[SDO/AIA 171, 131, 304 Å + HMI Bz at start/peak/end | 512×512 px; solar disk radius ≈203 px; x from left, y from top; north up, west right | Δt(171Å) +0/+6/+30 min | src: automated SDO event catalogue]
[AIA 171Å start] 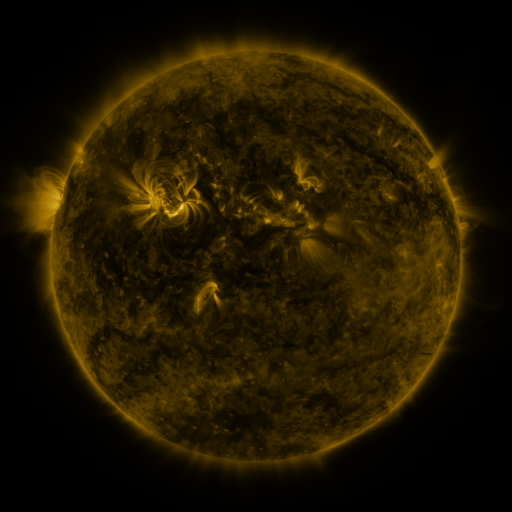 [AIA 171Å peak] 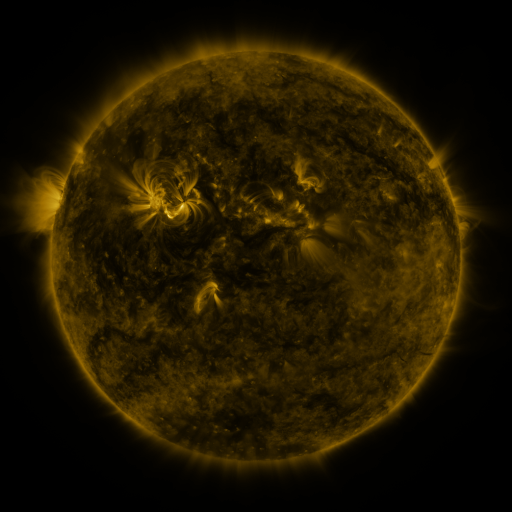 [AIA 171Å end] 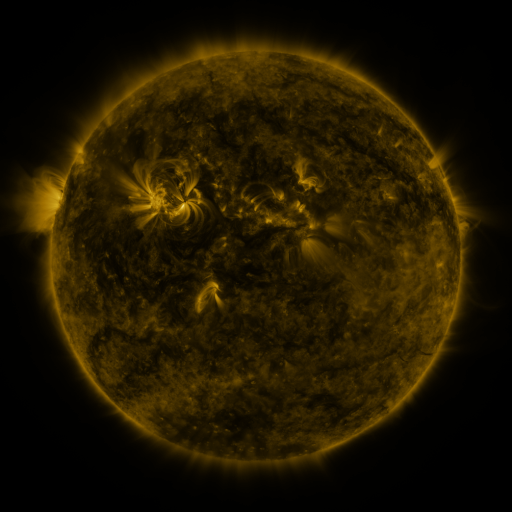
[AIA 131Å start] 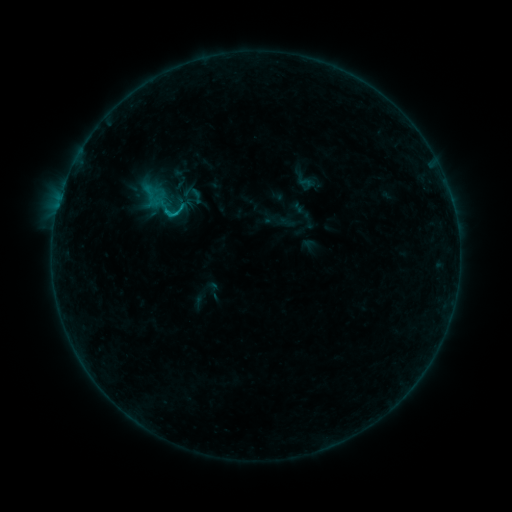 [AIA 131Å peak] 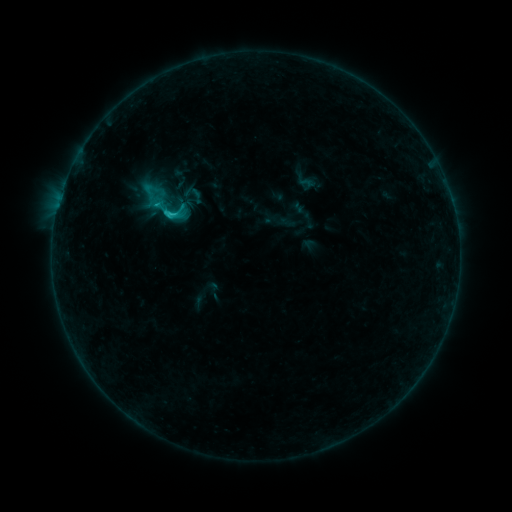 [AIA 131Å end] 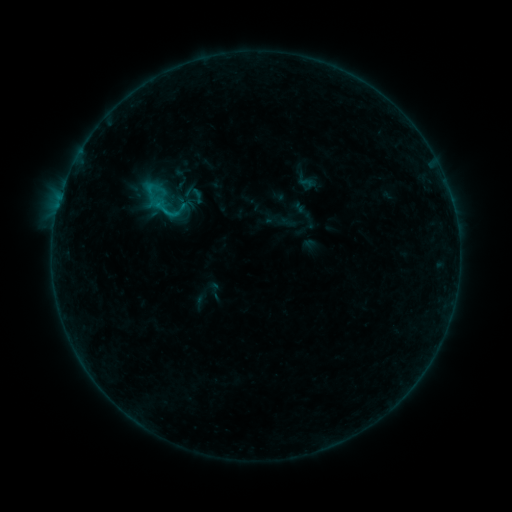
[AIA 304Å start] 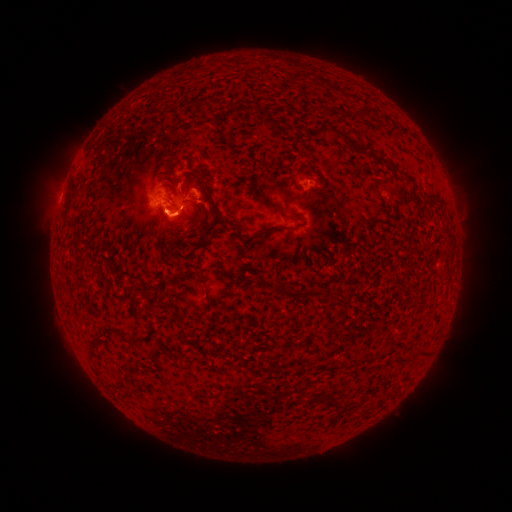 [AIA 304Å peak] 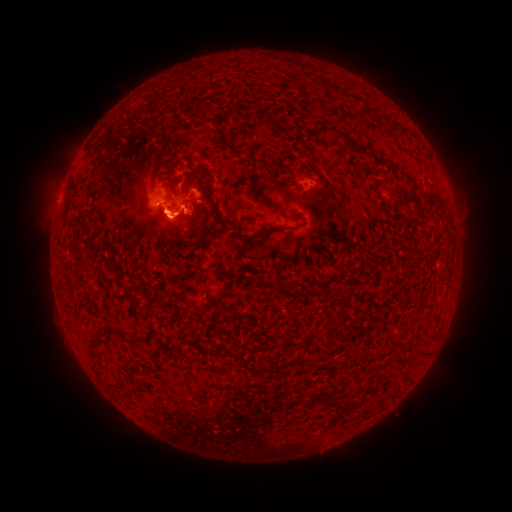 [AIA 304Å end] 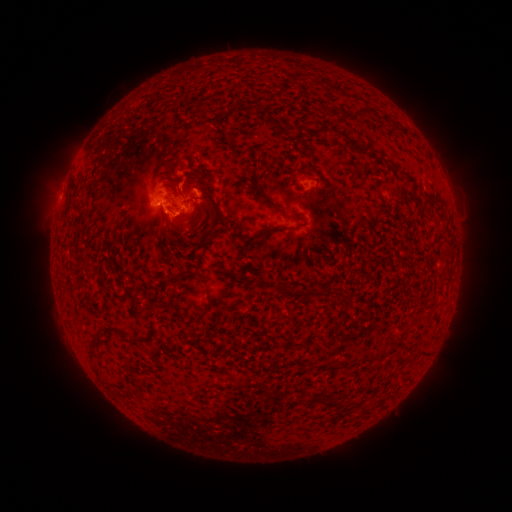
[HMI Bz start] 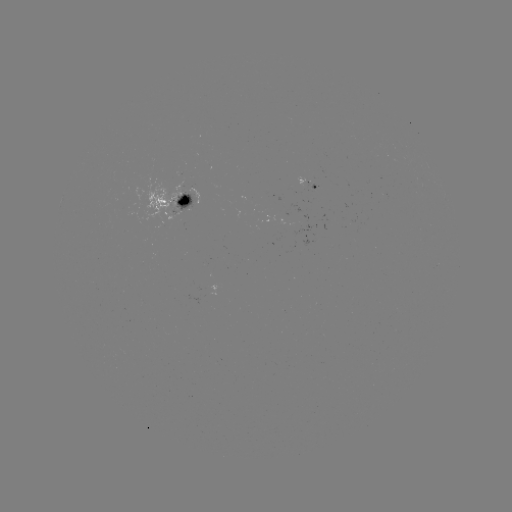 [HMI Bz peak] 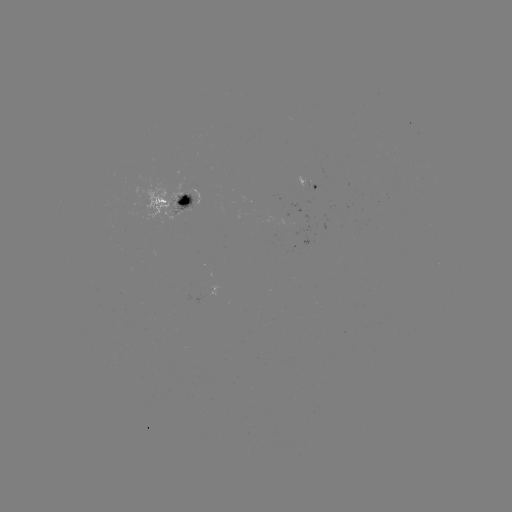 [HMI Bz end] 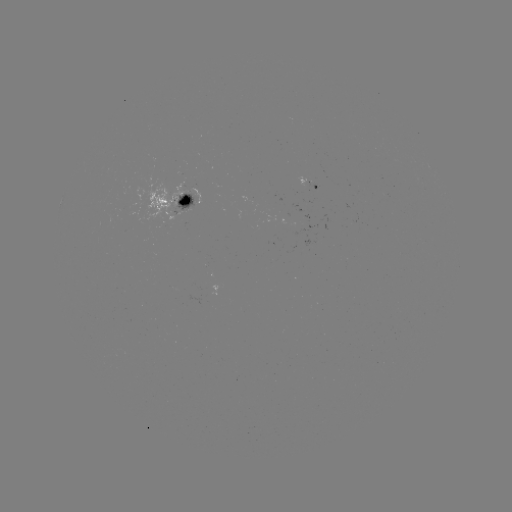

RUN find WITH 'C1.8 flare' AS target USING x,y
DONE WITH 173,216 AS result